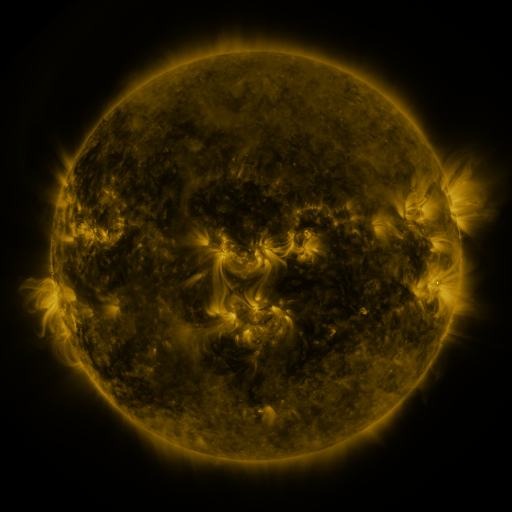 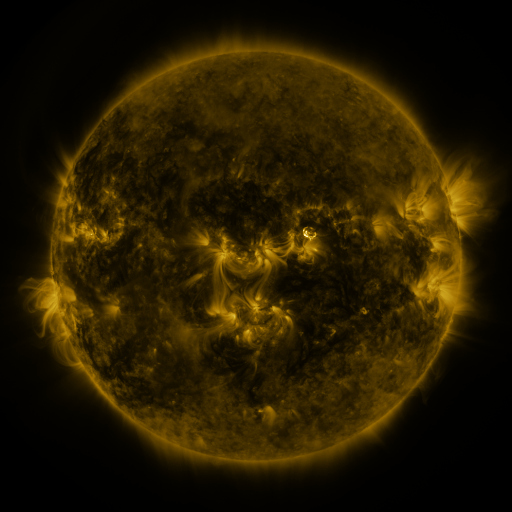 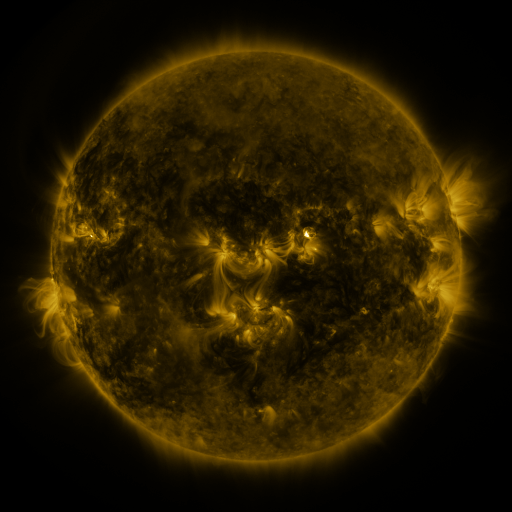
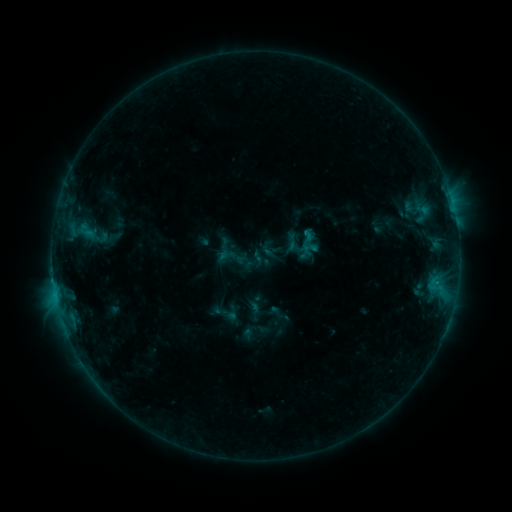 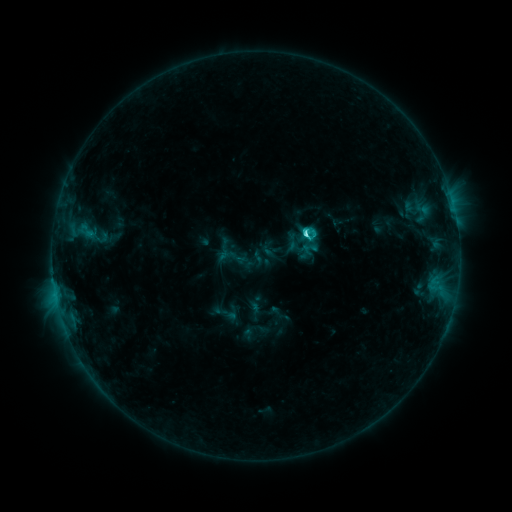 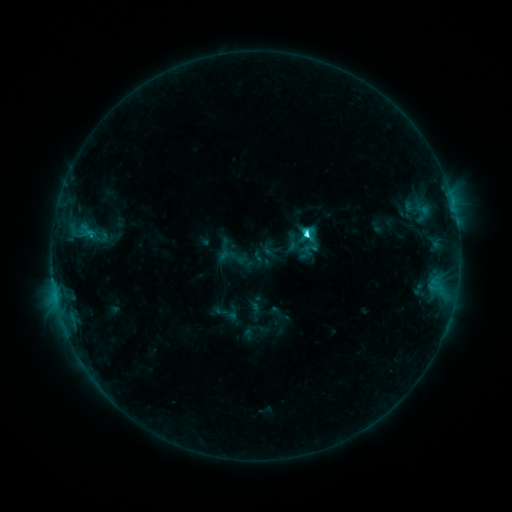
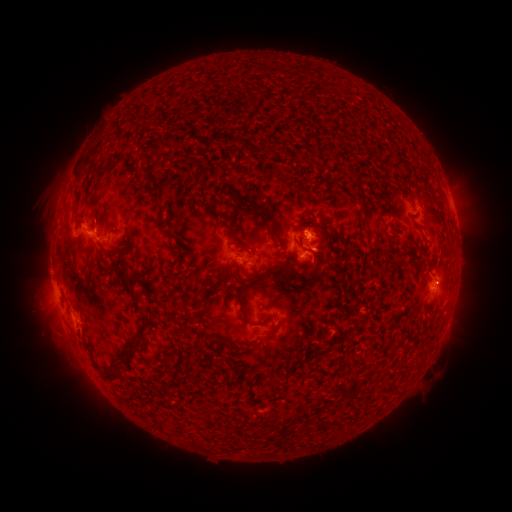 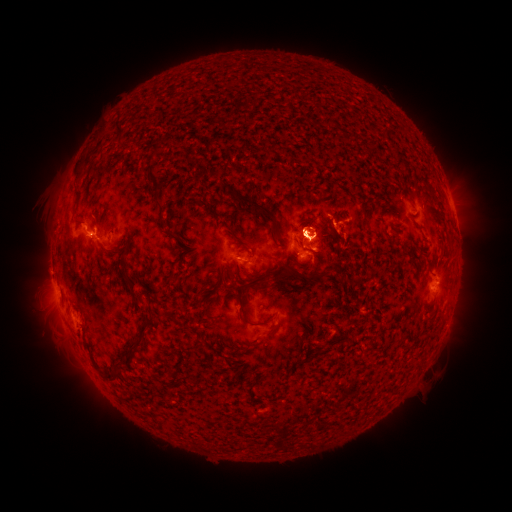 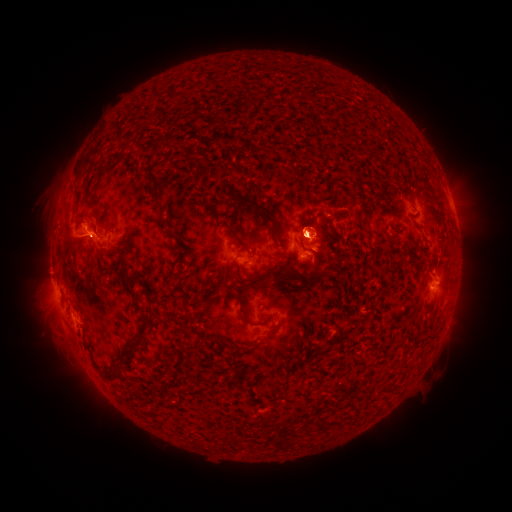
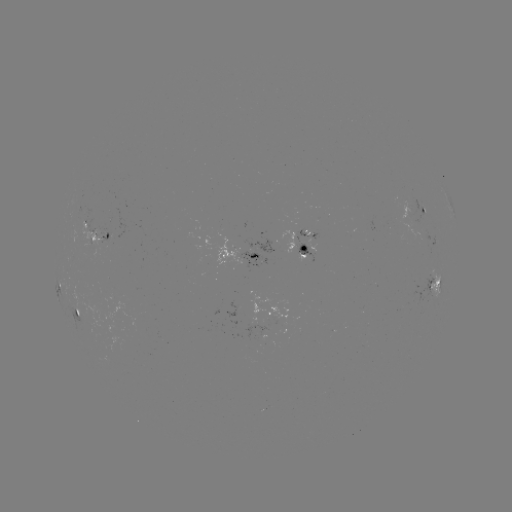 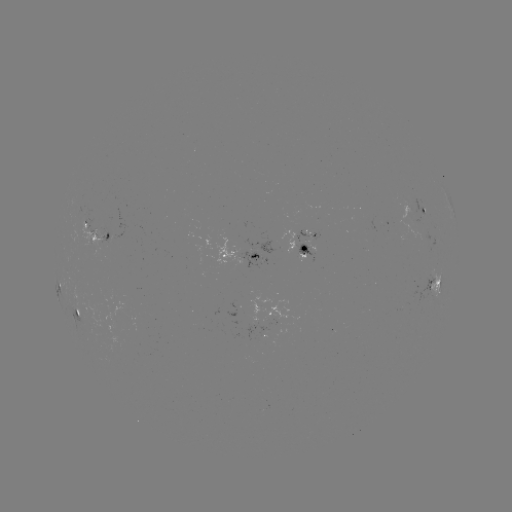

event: flare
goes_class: C6.0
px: (304, 237)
